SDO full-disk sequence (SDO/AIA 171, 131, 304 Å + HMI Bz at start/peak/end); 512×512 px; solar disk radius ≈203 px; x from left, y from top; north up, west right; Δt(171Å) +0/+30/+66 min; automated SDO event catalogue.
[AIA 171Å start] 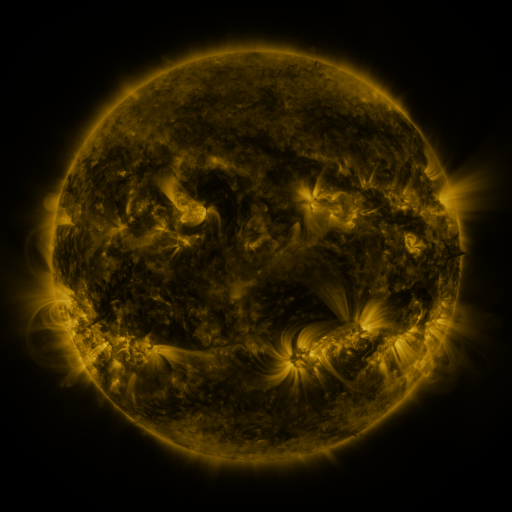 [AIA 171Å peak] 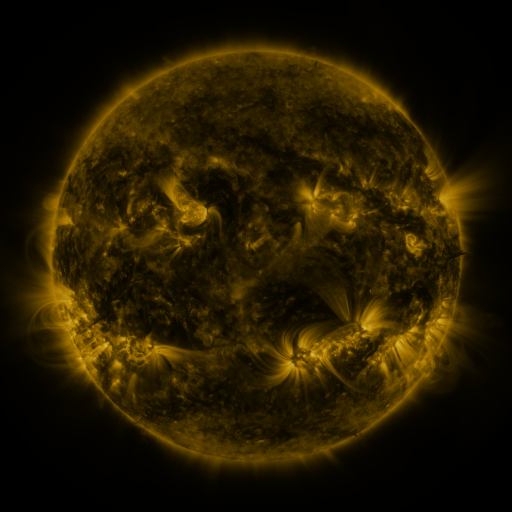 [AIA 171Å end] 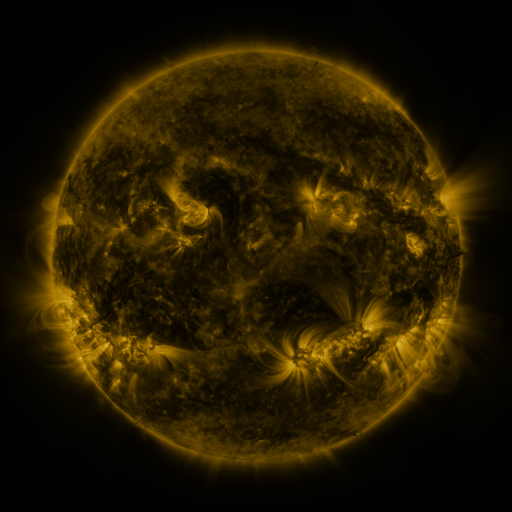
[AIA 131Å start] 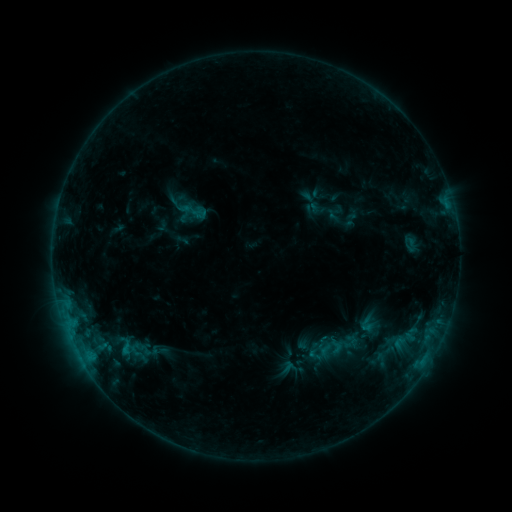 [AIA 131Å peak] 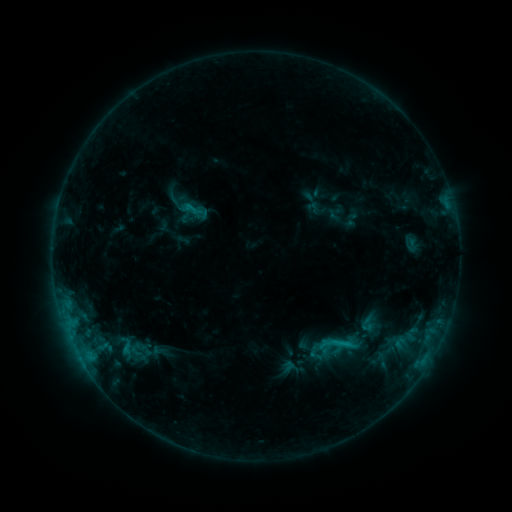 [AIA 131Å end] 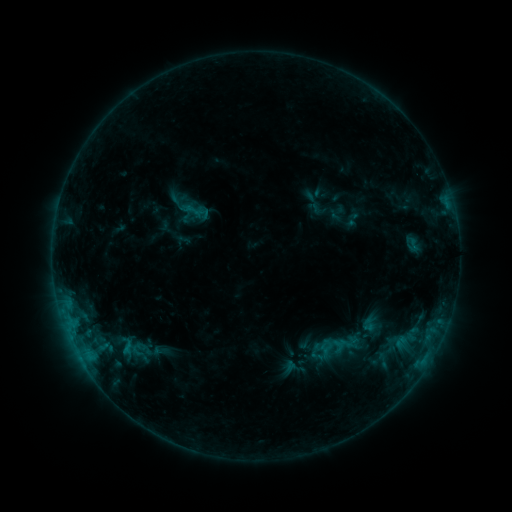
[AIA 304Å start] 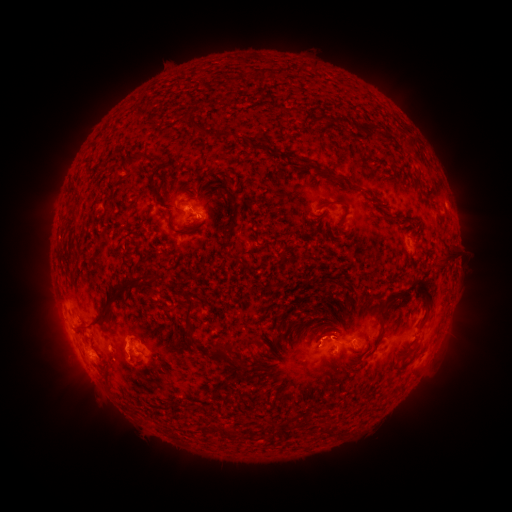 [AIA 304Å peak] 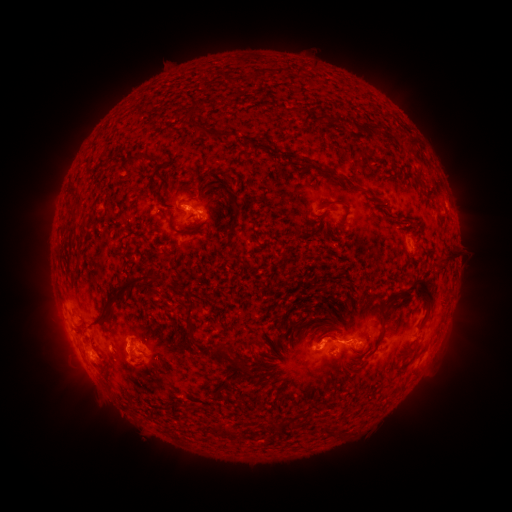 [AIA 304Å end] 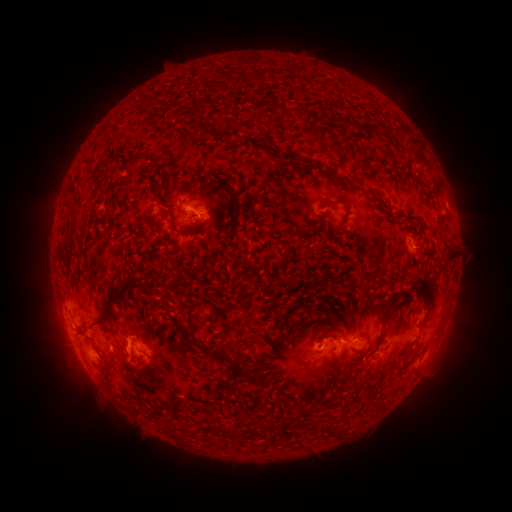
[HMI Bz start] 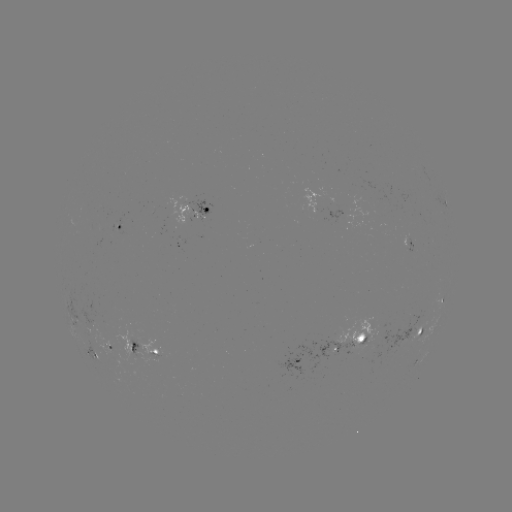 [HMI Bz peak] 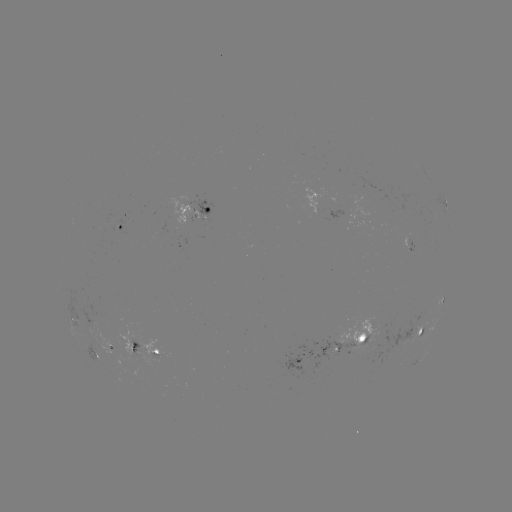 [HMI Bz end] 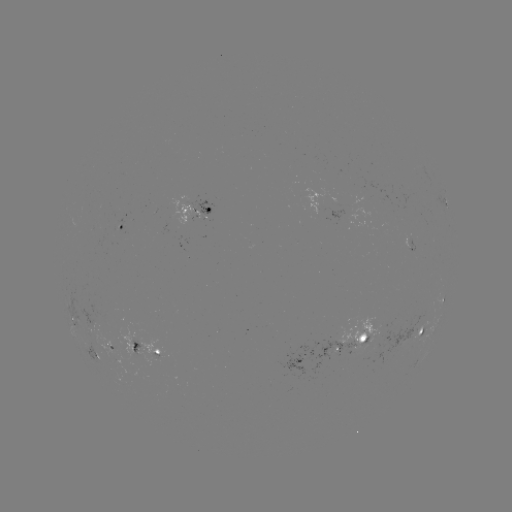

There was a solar flare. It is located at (342, 343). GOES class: C1.3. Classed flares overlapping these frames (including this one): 1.